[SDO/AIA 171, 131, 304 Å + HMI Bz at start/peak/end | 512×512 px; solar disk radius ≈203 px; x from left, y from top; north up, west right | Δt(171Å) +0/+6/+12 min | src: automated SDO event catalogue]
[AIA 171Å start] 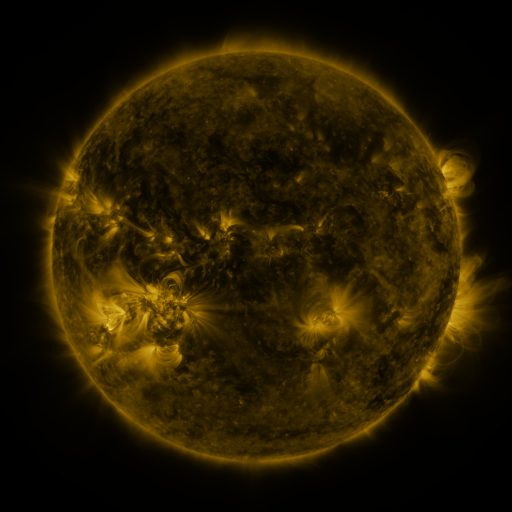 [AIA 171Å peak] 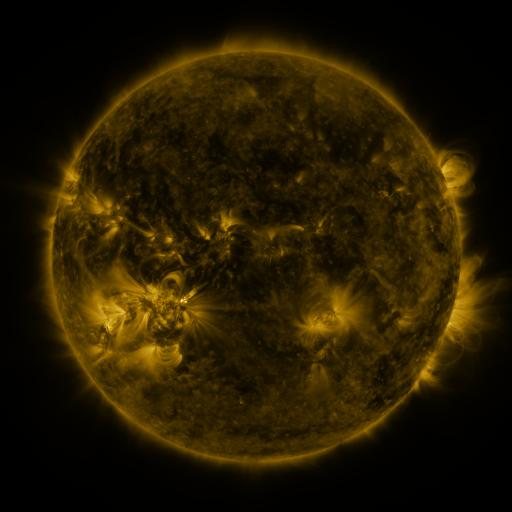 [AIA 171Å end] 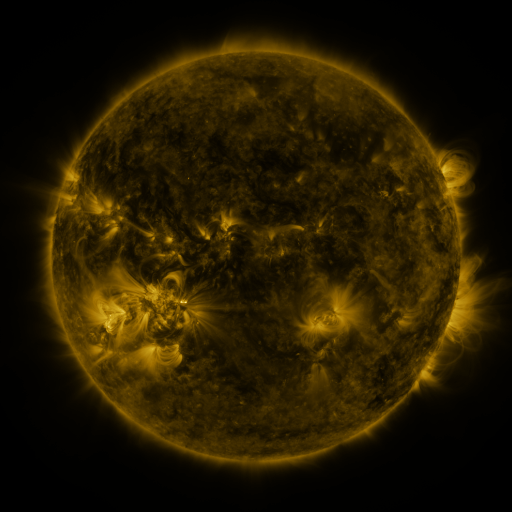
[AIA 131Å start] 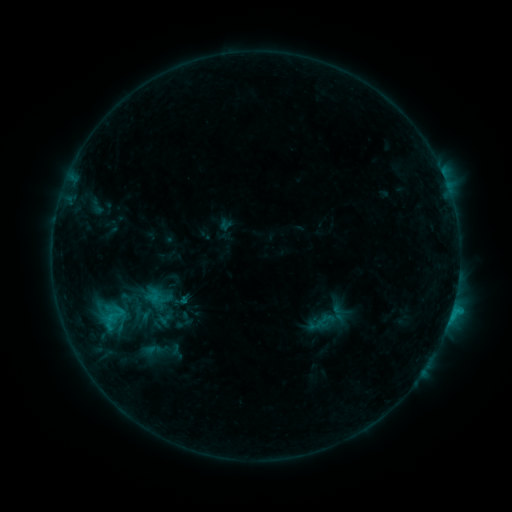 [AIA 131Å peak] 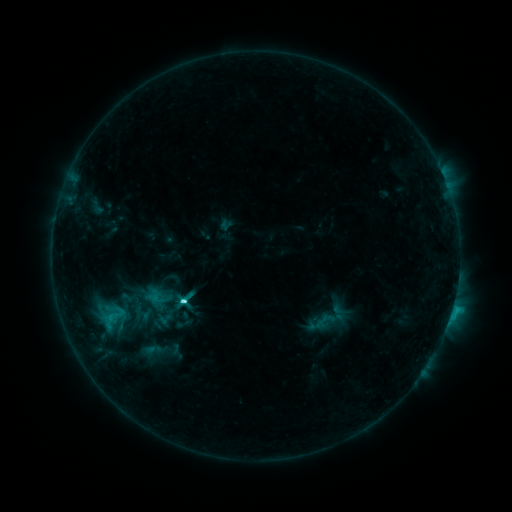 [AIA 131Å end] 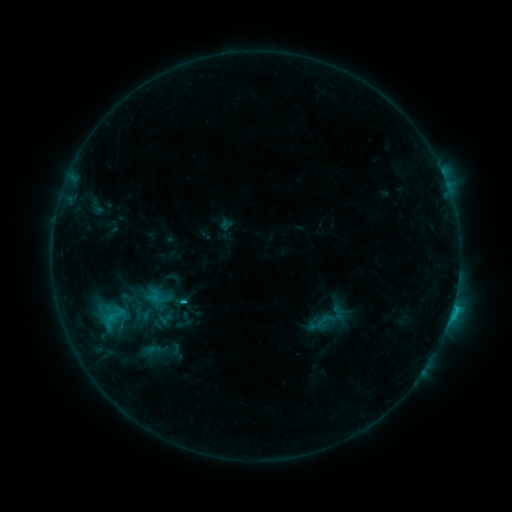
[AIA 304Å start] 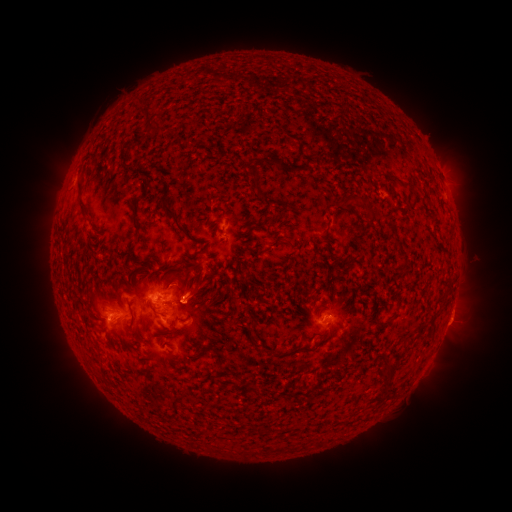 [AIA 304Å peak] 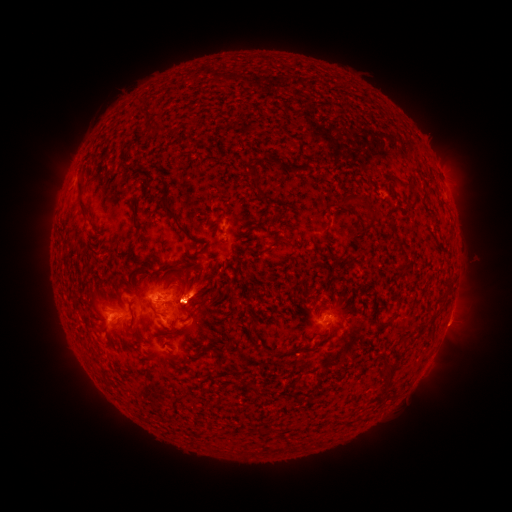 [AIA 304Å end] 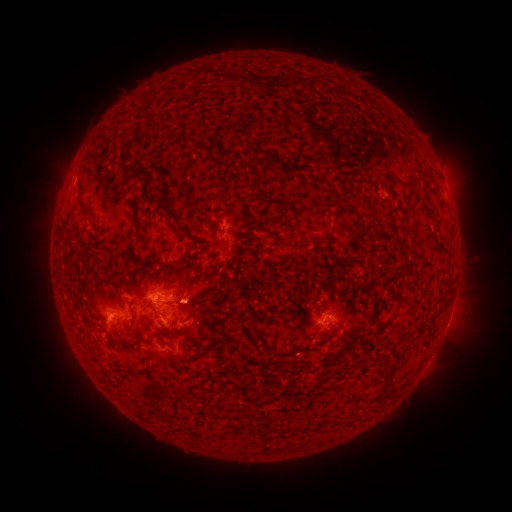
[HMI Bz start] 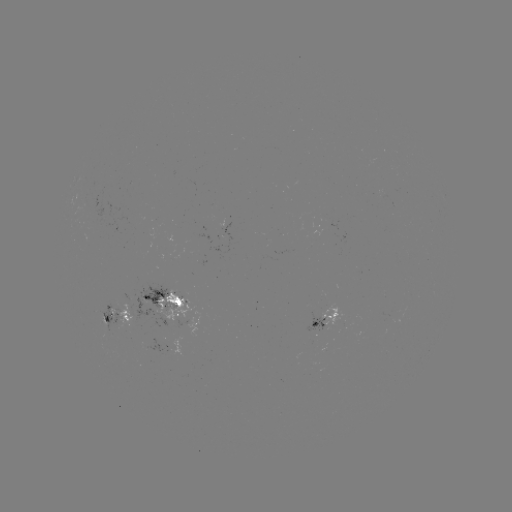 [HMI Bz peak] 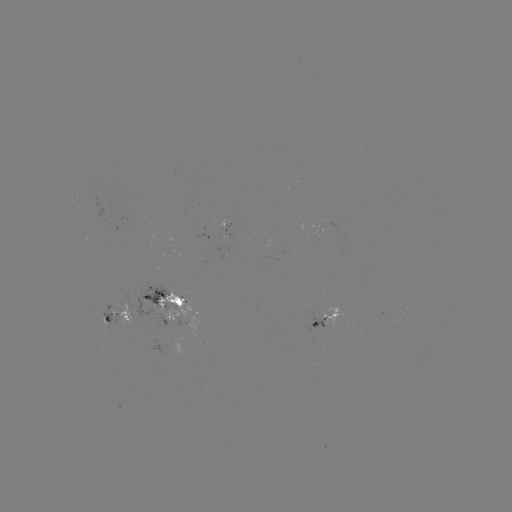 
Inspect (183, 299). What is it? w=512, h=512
C3.5 flare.